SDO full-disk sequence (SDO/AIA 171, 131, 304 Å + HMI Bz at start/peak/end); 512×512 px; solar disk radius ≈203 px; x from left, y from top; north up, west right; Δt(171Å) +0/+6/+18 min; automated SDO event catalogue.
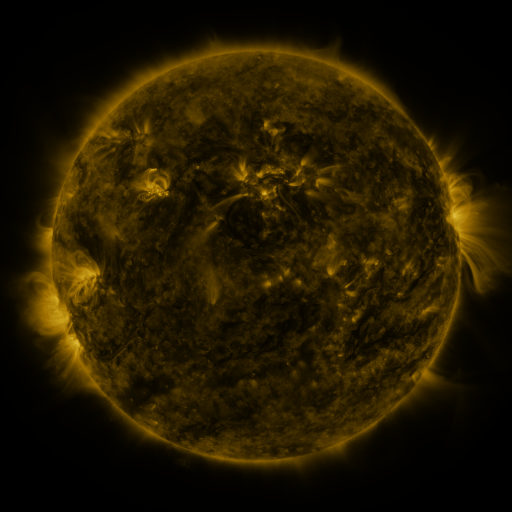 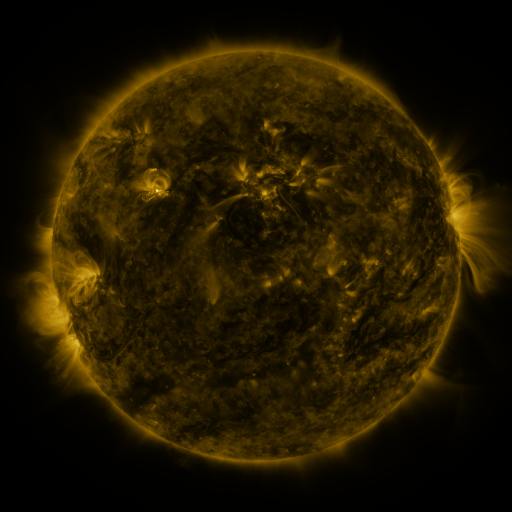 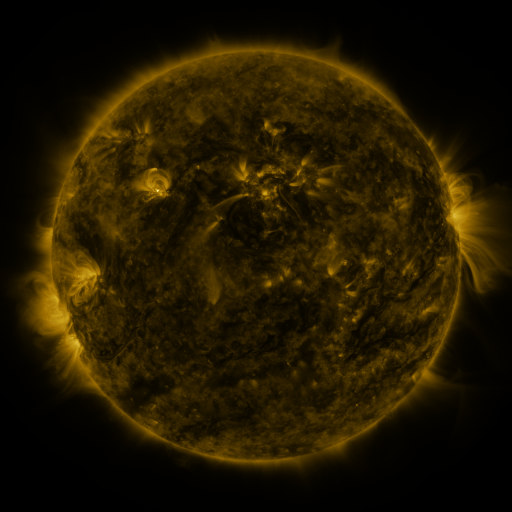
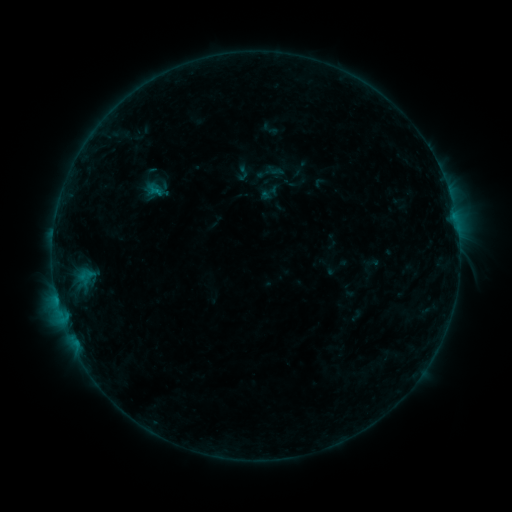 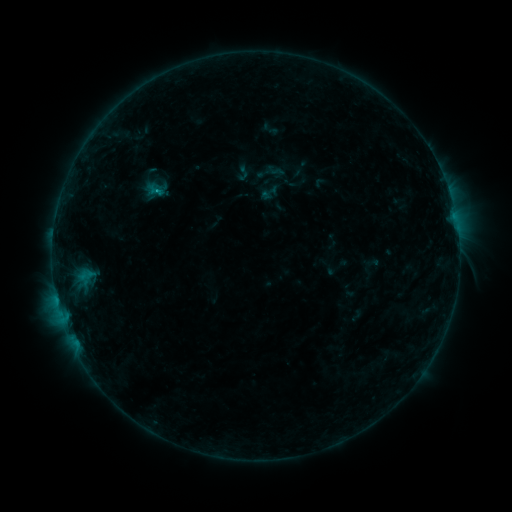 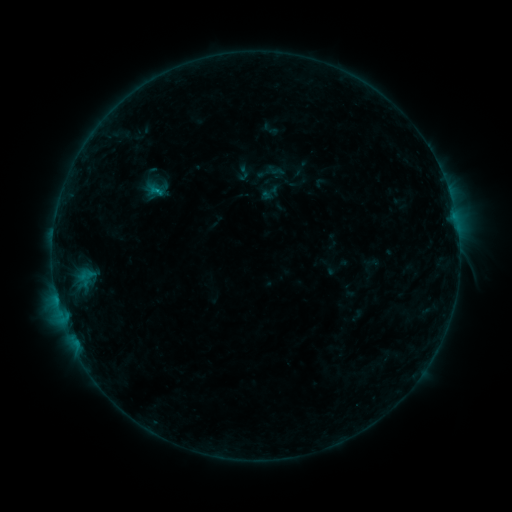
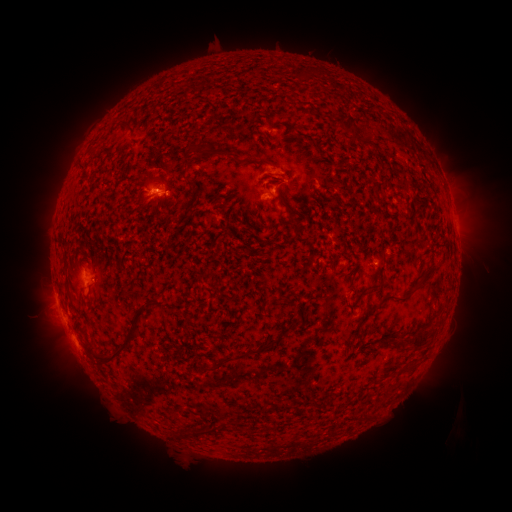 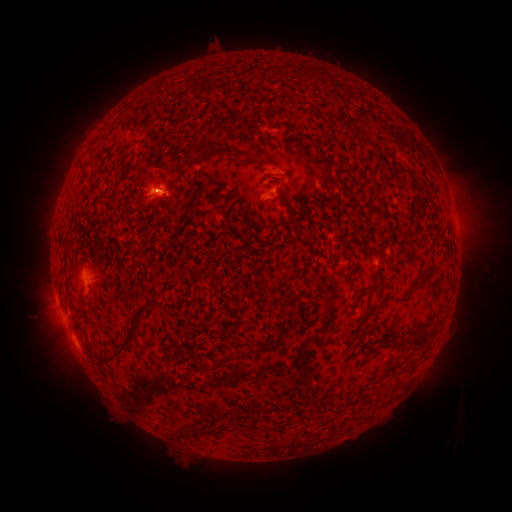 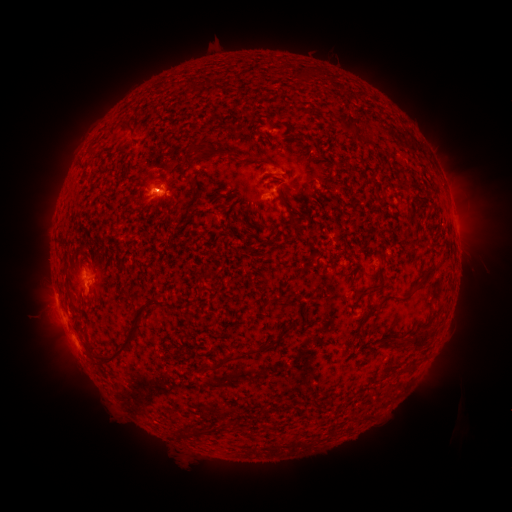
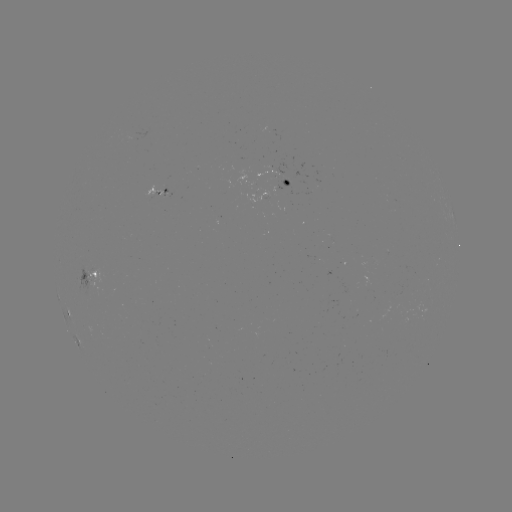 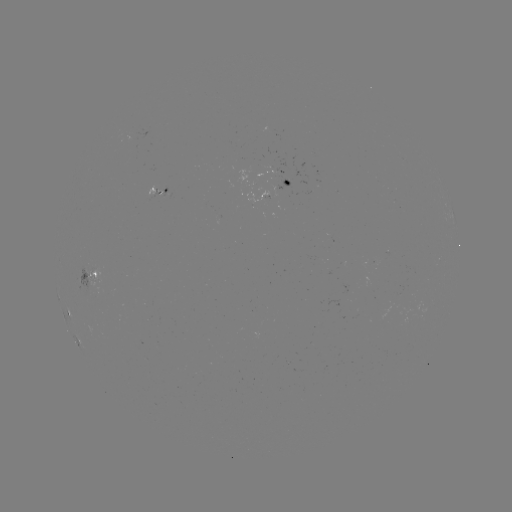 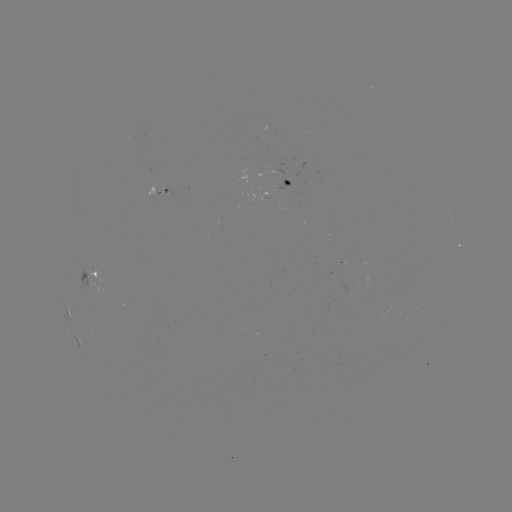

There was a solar flare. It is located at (57, 297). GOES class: B5.6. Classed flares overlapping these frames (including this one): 2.